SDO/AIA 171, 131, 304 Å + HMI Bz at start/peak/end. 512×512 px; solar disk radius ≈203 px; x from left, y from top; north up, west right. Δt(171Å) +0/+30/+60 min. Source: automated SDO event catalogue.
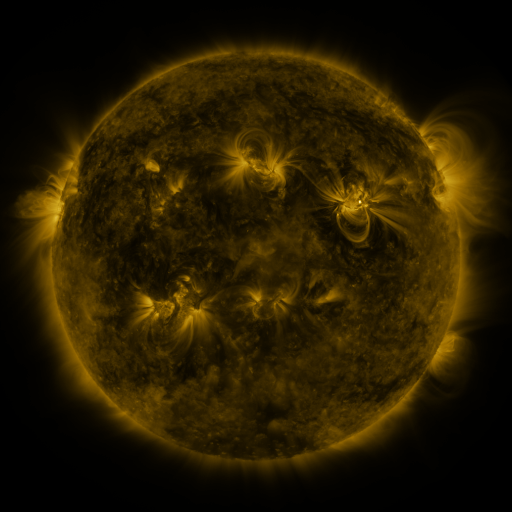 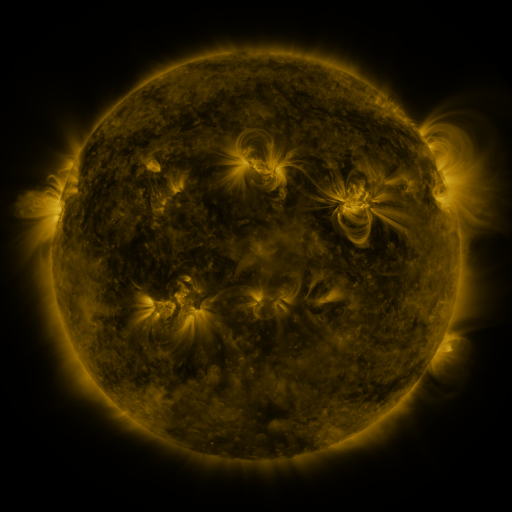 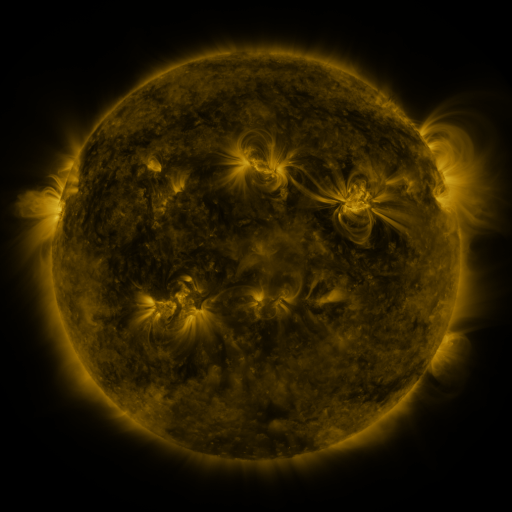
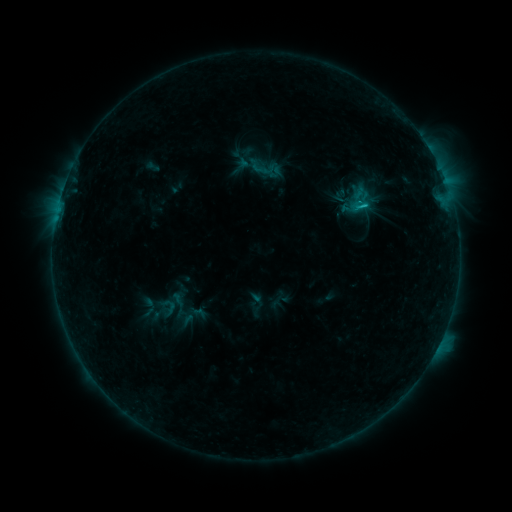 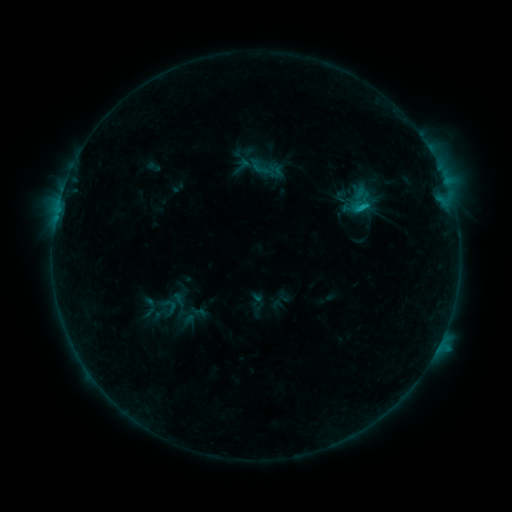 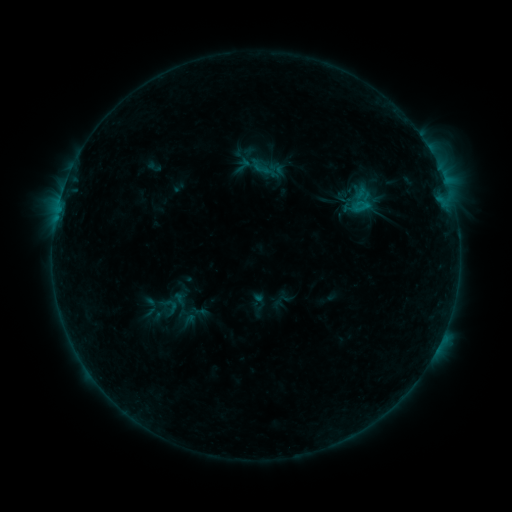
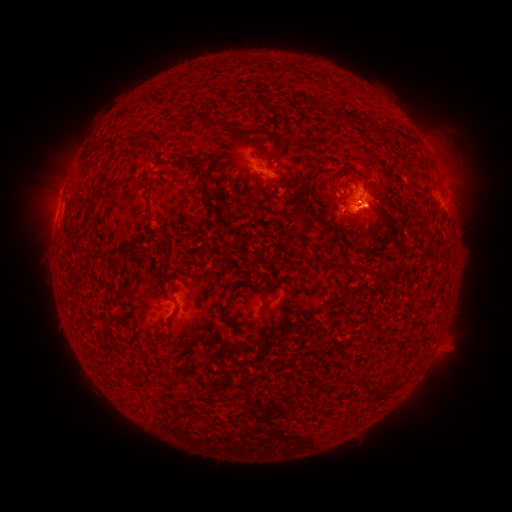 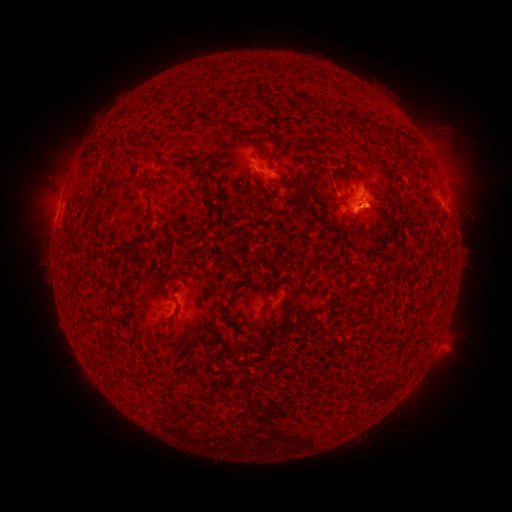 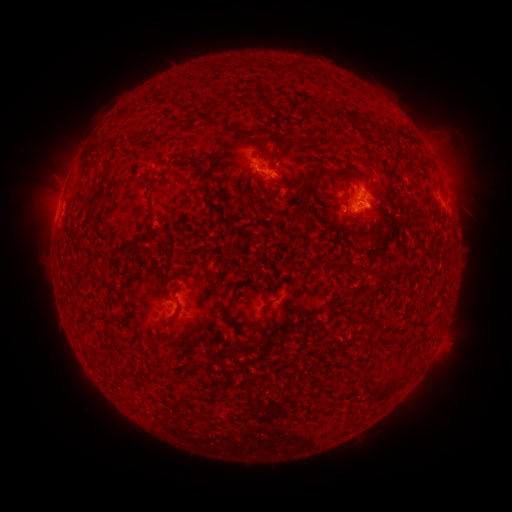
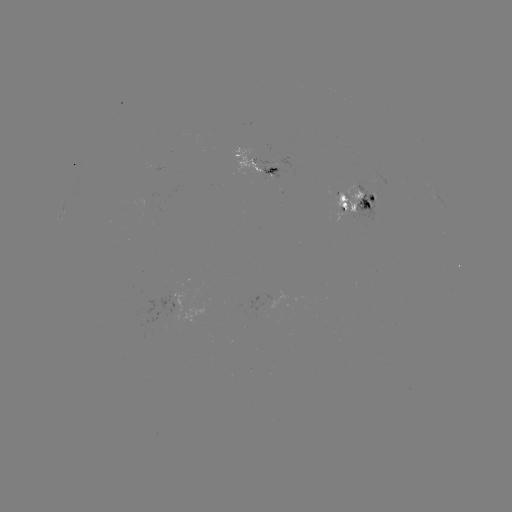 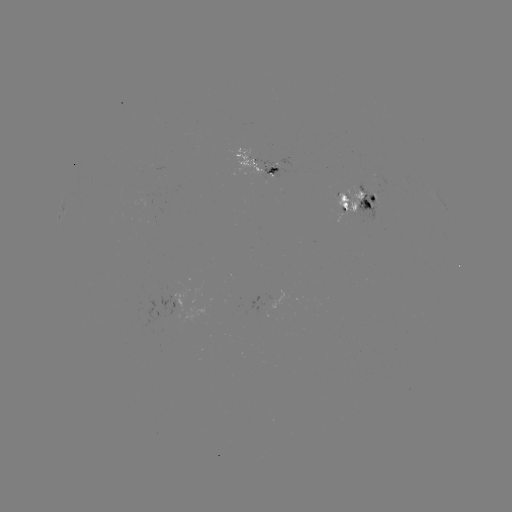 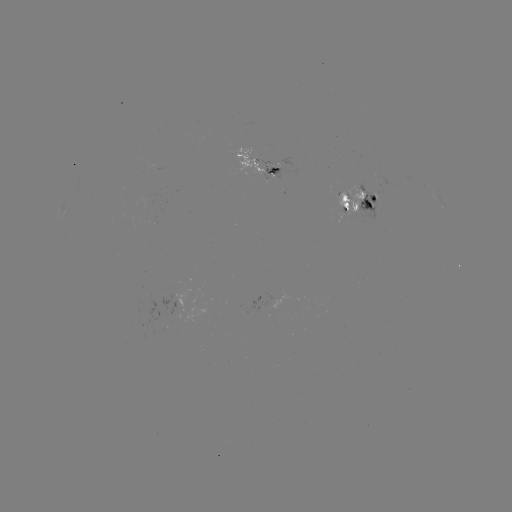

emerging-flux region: (370, 193, 377, 204)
